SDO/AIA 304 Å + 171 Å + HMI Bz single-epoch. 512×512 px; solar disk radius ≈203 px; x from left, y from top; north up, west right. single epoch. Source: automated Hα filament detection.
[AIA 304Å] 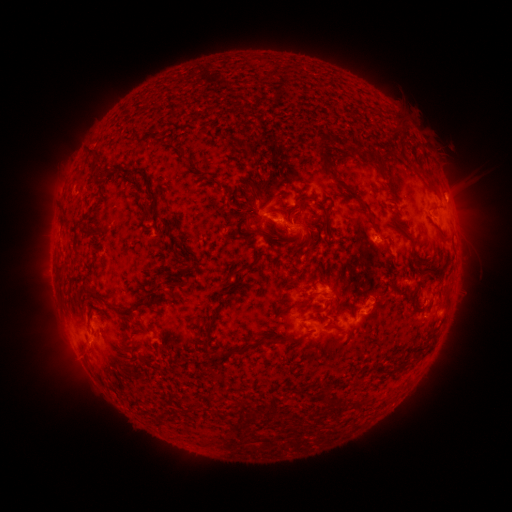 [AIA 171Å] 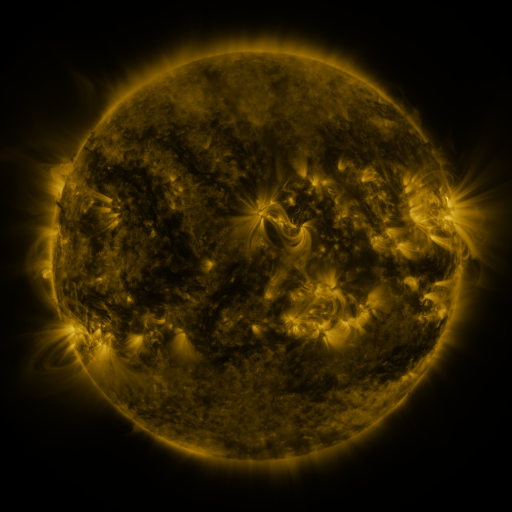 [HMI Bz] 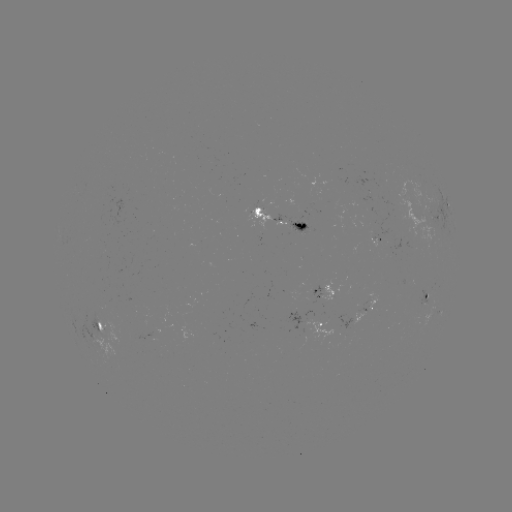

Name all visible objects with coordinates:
filament: (391, 114, 403, 130)
filament: (313, 130, 333, 171)
filament: (365, 145, 381, 167)
filament: (173, 148, 194, 165)
filament: (100, 170, 109, 181)
filament: (120, 170, 160, 220)
filament: (424, 177, 437, 190)
filament: (243, 178, 259, 214)
filament: (336, 182, 348, 198)
filament: (296, 196, 313, 211)
filament: (358, 198, 375, 227)
filament: (320, 201, 330, 226)
filament: (141, 207, 150, 218)
filament: (162, 221, 170, 231)
filament: (306, 222, 315, 240)
filament: (243, 226, 274, 247)
filament: (291, 231, 301, 240)
filament: (441, 232, 451, 240)
filament: (228, 260, 257, 277)
filament: (58, 267, 65, 276)
filament: (178, 270, 186, 279)
filament: (156, 279, 173, 293)
filament: (81, 284, 105, 303)
filament: (295, 297, 310, 309)
filament: (133, 301, 152, 313)
filament: (111, 306, 134, 320)
filament: (206, 318, 218, 340)
filament: (97, 323, 104, 333)
filament: (267, 334, 296, 345)
filament: (213, 344, 249, 359)
filament: (418, 347, 428, 357)
filament: (267, 392, 279, 411)
